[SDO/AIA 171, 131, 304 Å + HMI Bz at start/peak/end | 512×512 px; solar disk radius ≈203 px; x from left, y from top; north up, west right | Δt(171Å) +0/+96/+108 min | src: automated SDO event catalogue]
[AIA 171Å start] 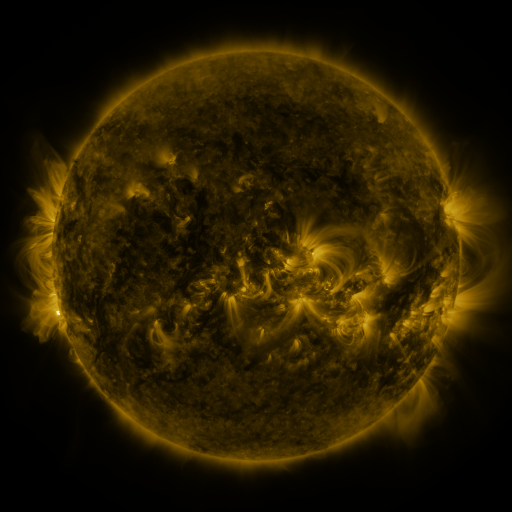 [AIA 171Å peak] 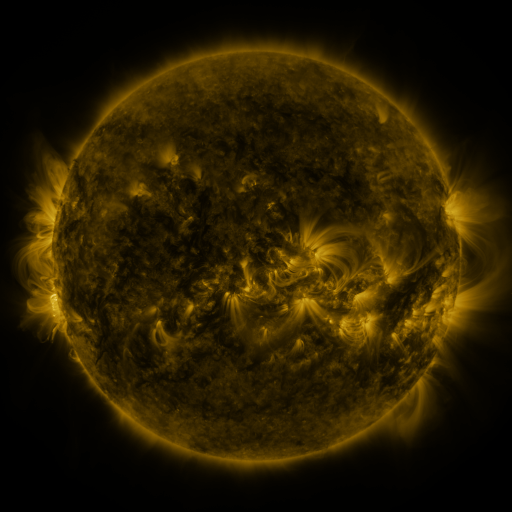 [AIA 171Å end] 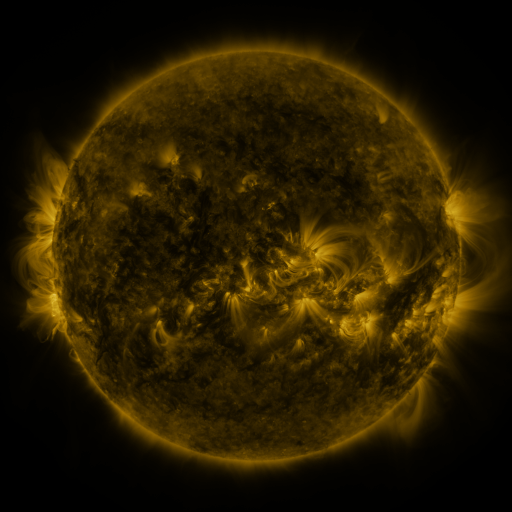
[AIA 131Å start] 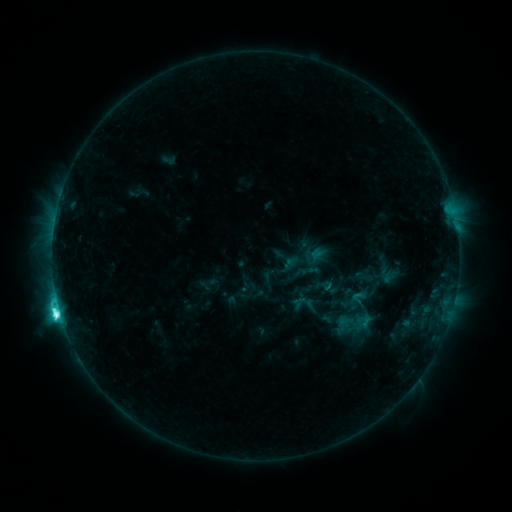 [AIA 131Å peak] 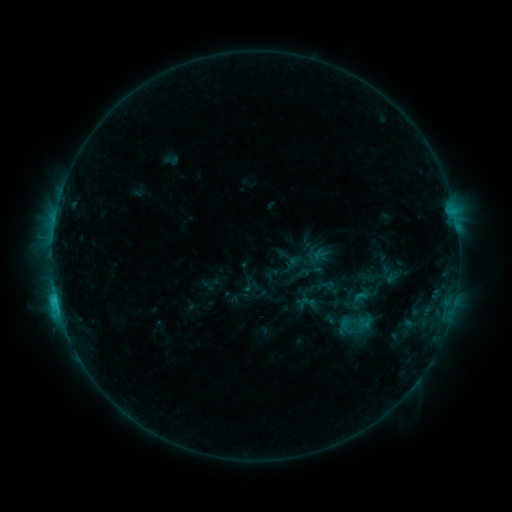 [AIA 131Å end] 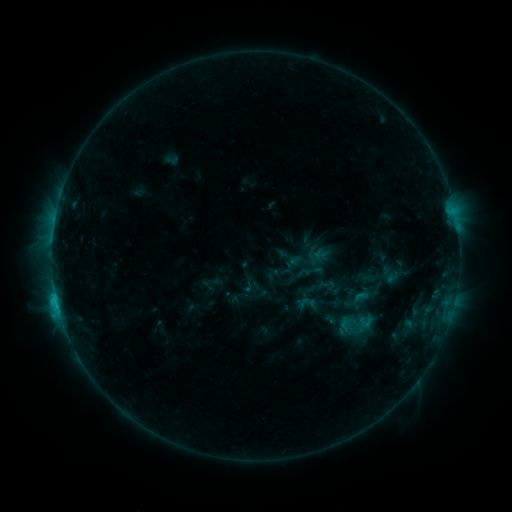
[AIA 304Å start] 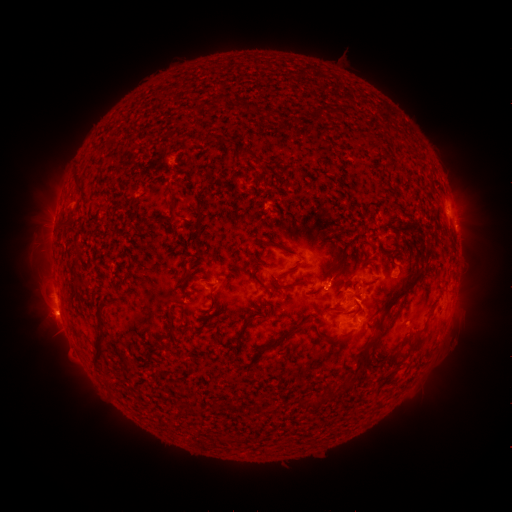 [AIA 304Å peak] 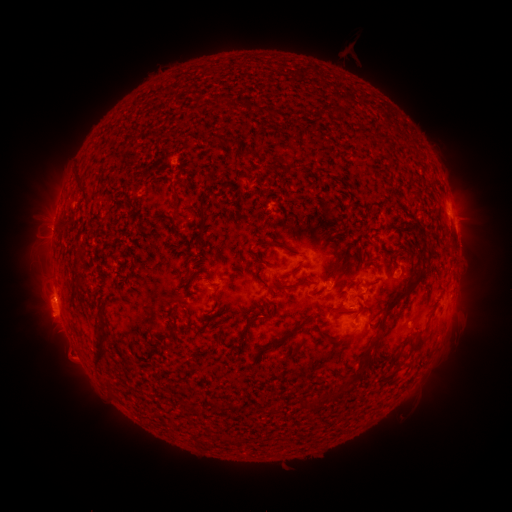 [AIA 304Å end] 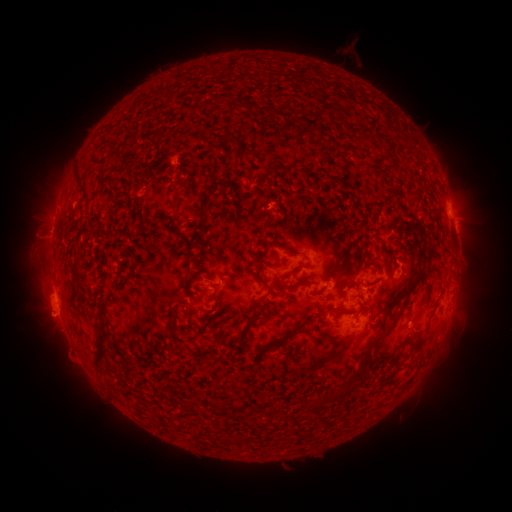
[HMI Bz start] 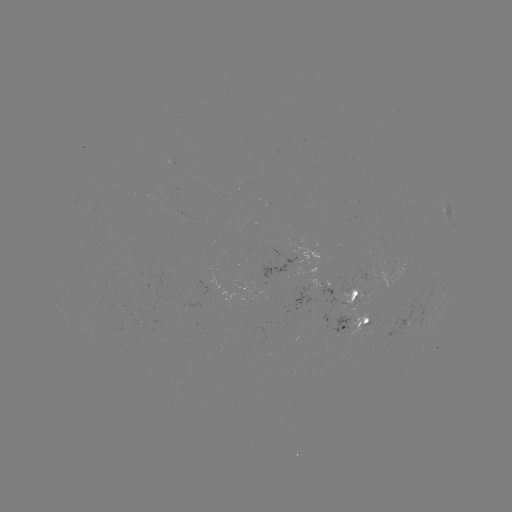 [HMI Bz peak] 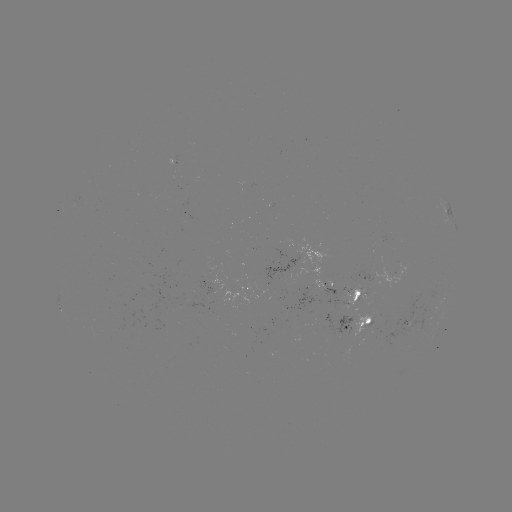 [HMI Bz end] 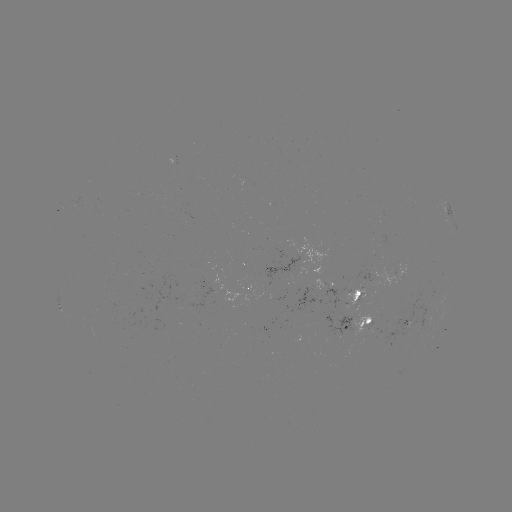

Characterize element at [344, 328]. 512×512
emerging-flux region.